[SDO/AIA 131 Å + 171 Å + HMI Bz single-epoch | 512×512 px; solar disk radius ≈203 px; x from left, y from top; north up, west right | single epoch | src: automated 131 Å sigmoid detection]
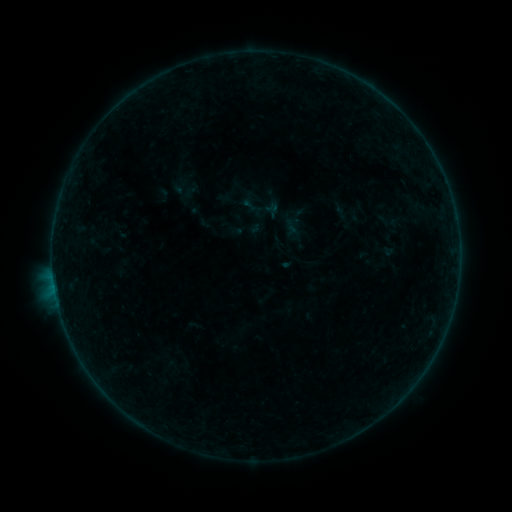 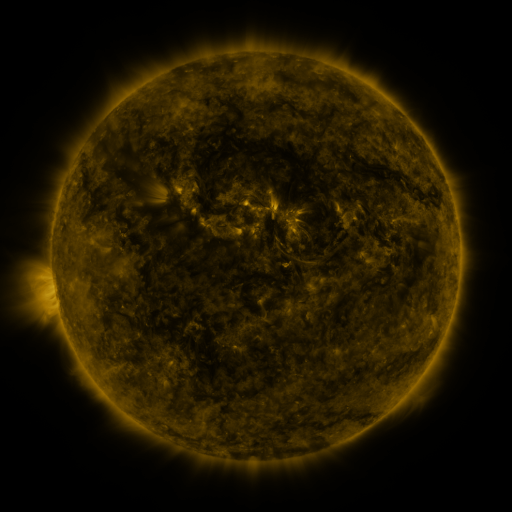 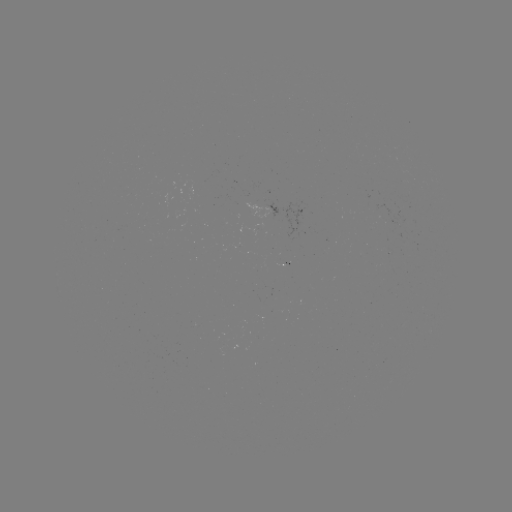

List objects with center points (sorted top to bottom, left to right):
sigmoid: [241, 183, 289, 229]
sigmoid: [268, 213, 311, 253]
